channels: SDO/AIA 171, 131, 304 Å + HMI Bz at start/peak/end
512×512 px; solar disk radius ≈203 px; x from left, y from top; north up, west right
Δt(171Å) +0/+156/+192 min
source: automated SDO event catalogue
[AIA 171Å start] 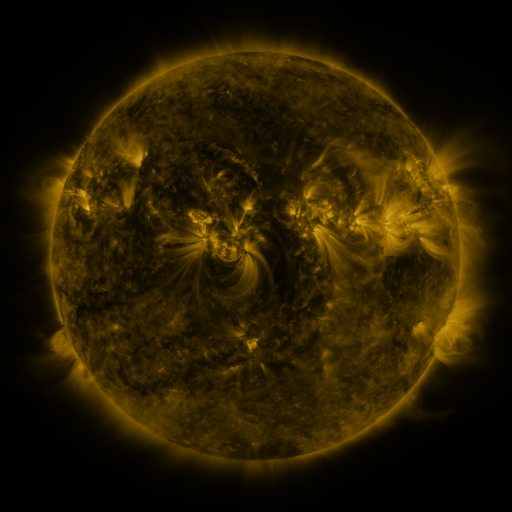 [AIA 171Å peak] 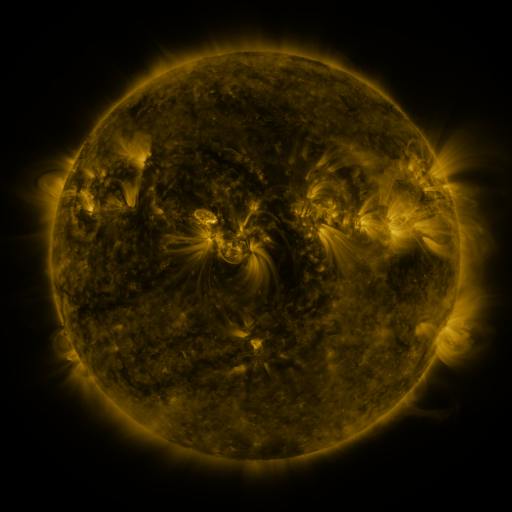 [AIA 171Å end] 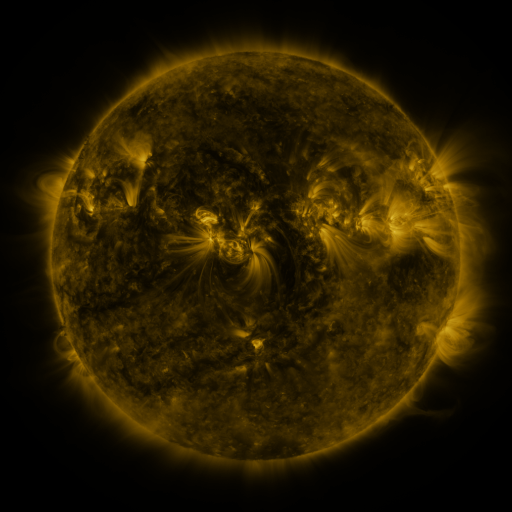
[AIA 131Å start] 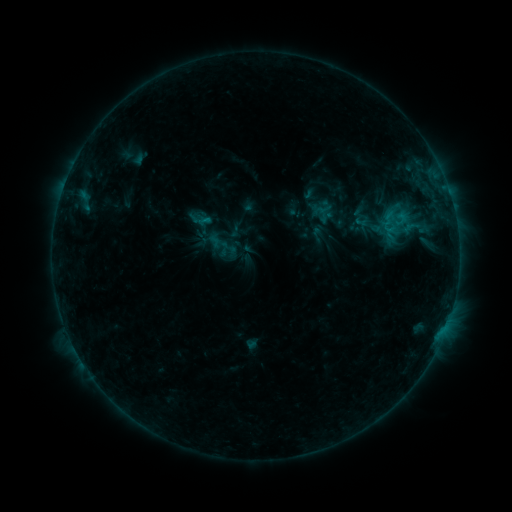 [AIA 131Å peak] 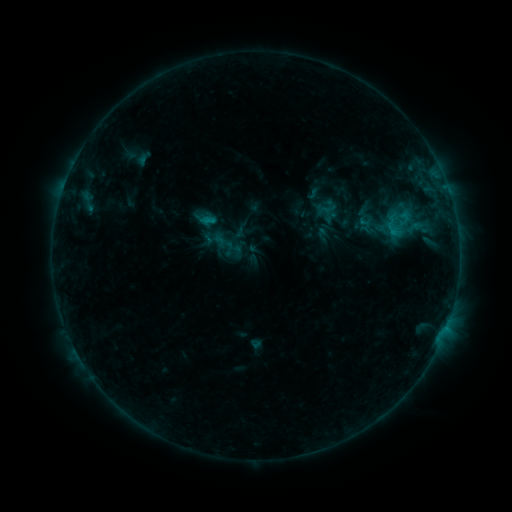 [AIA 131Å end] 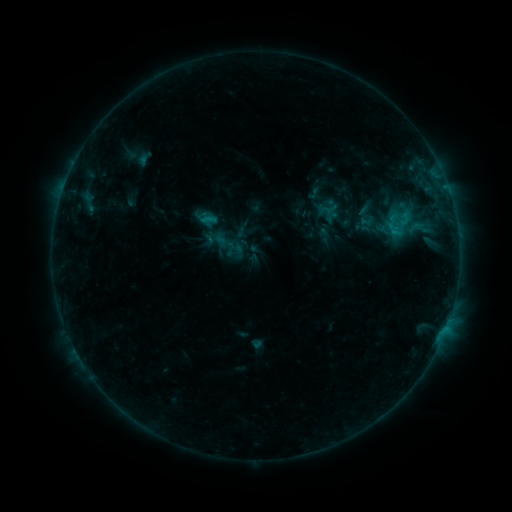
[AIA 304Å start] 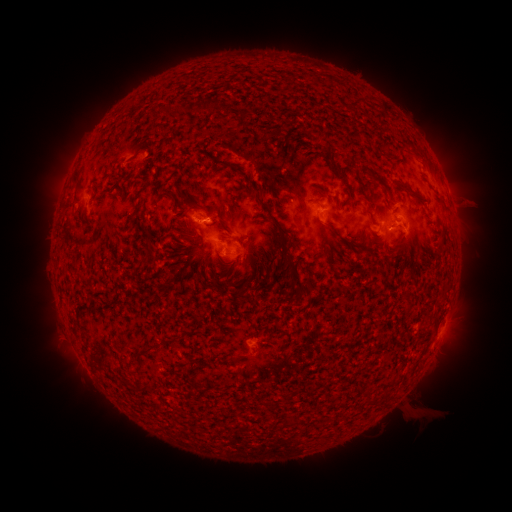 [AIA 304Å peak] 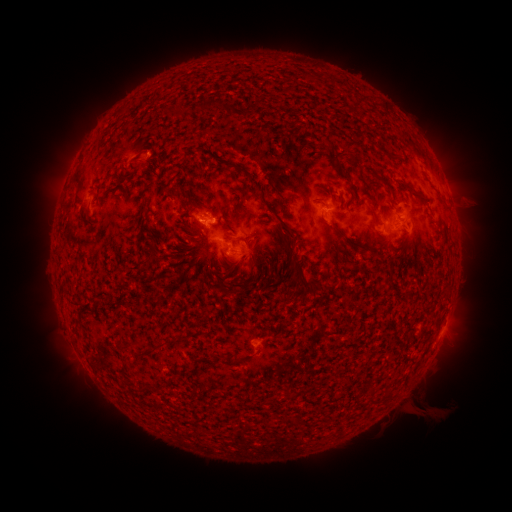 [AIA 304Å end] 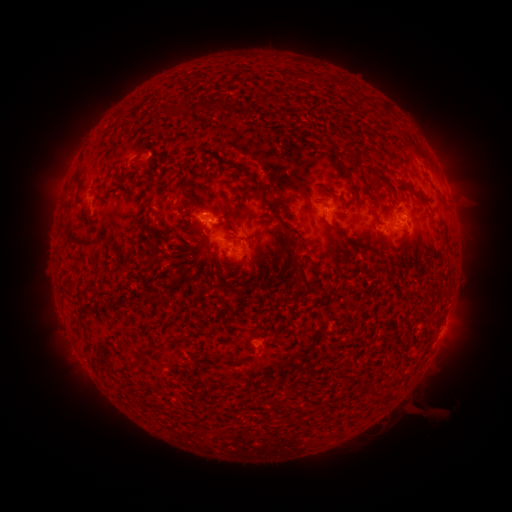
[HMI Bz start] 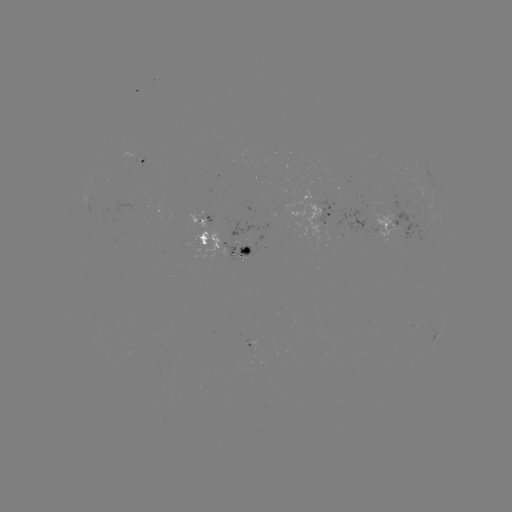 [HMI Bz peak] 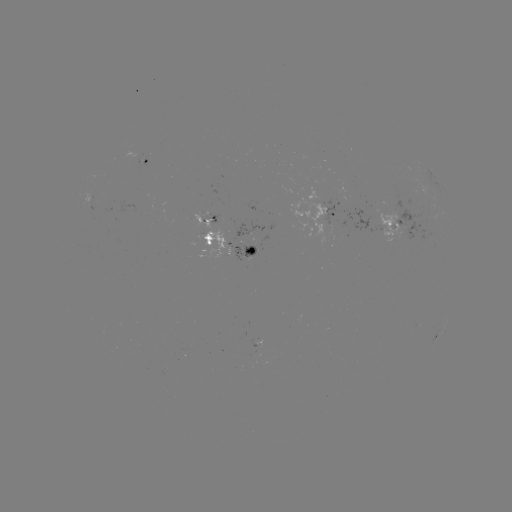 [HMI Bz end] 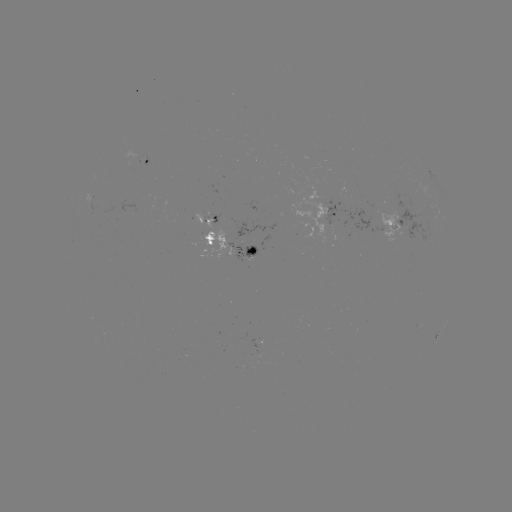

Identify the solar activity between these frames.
emerging-flux region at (380, 215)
